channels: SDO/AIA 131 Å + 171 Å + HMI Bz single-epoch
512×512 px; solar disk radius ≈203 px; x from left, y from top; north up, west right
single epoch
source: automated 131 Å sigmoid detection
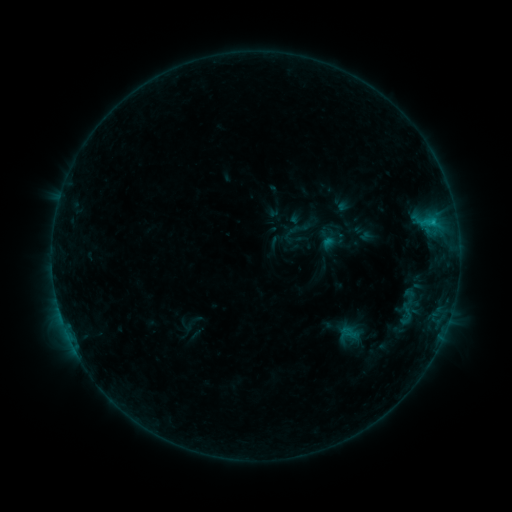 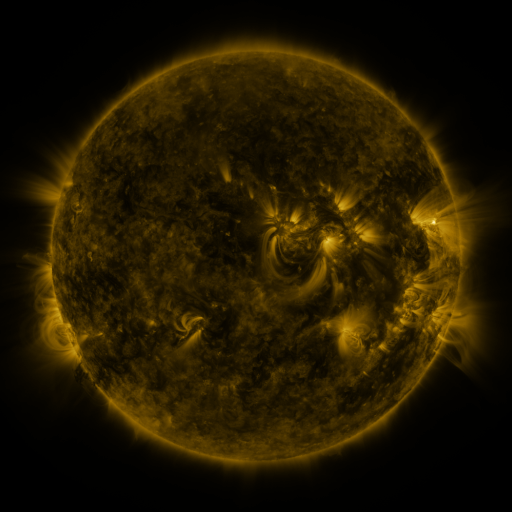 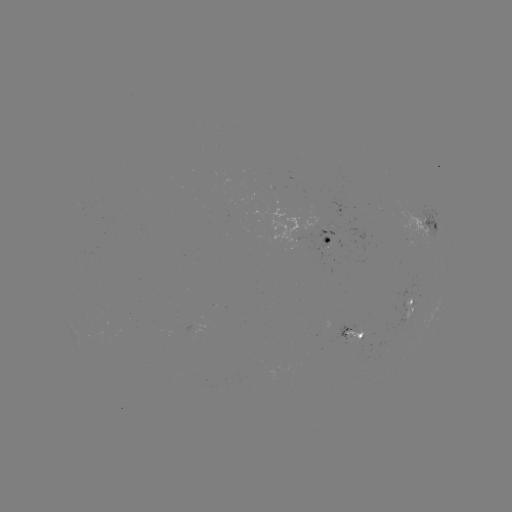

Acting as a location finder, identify sigmoid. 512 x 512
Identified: [410, 297].